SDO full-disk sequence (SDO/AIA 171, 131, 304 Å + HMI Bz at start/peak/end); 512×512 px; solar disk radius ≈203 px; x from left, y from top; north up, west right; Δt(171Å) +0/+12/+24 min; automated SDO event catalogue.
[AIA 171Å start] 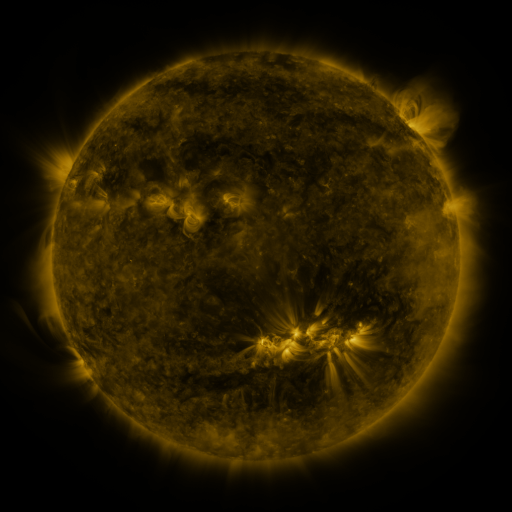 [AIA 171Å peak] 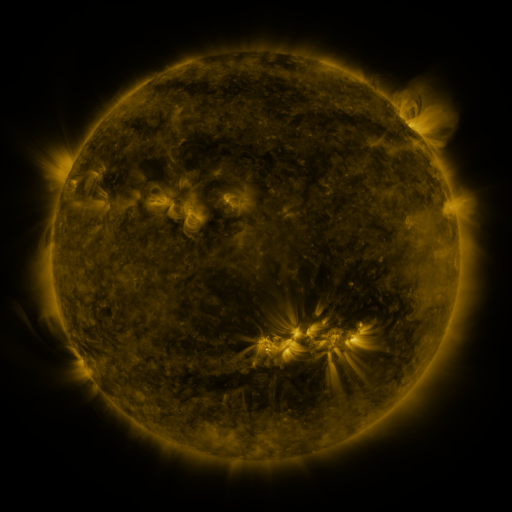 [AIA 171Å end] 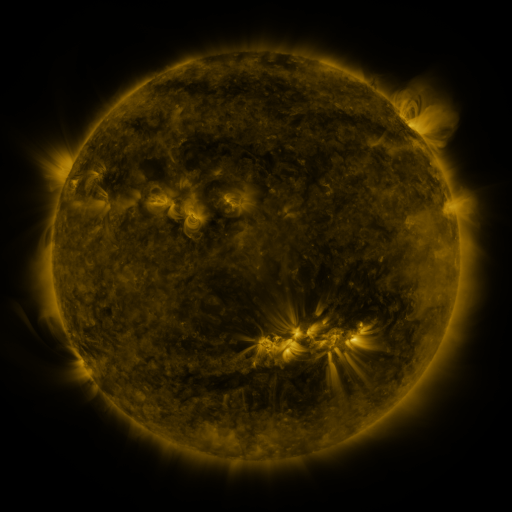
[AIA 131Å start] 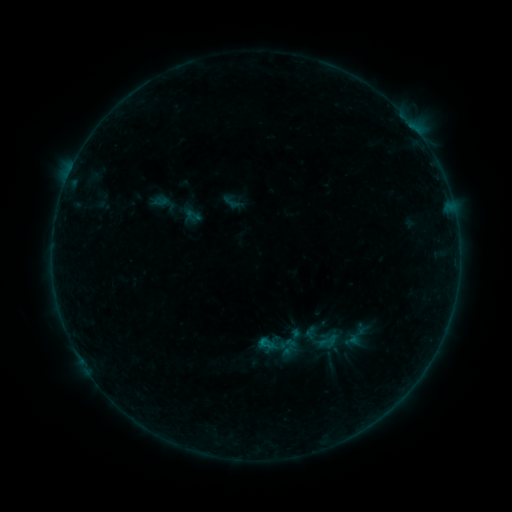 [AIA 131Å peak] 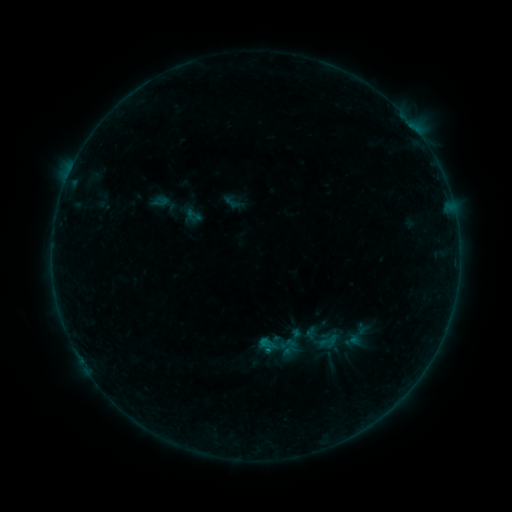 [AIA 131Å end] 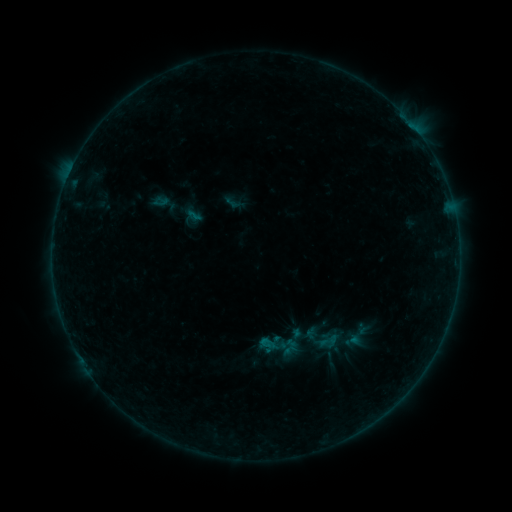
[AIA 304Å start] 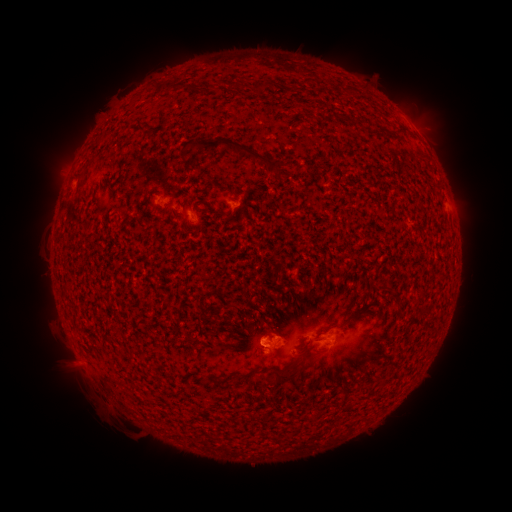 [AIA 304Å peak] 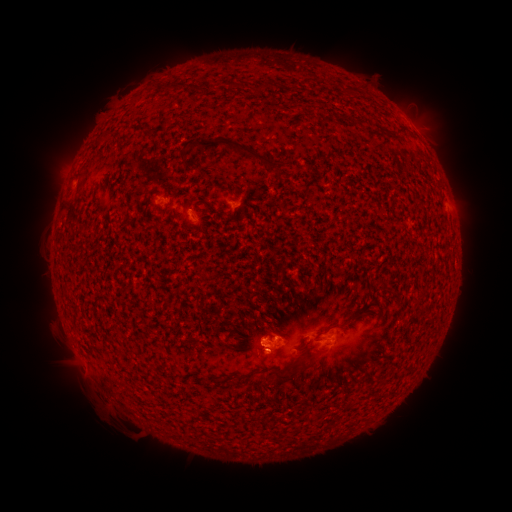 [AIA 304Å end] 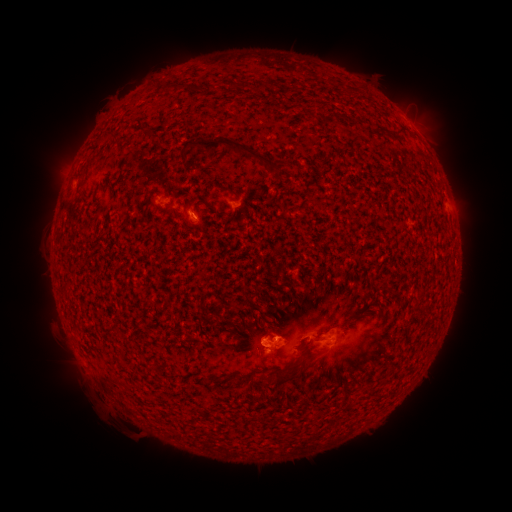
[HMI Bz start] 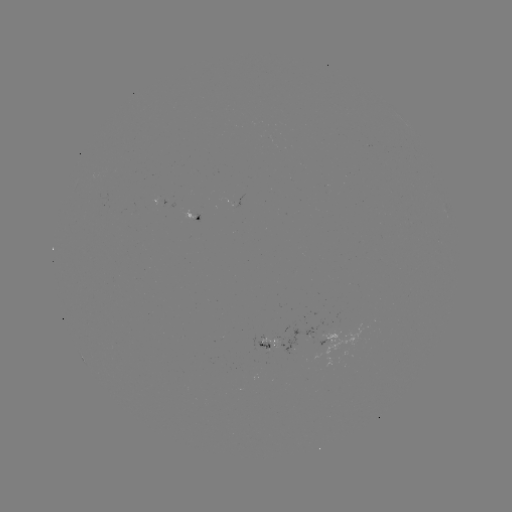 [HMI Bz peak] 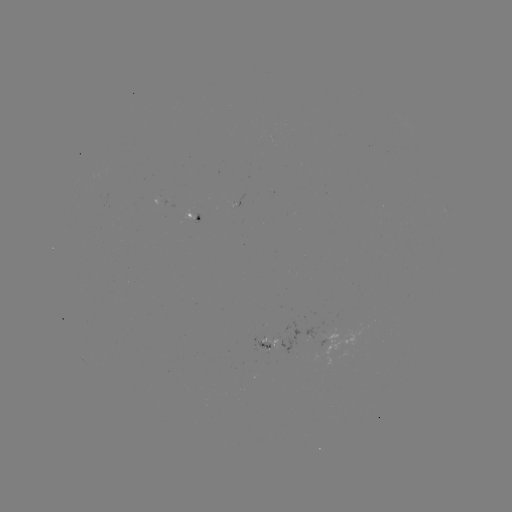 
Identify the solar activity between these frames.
B2.2 flare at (265, 349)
